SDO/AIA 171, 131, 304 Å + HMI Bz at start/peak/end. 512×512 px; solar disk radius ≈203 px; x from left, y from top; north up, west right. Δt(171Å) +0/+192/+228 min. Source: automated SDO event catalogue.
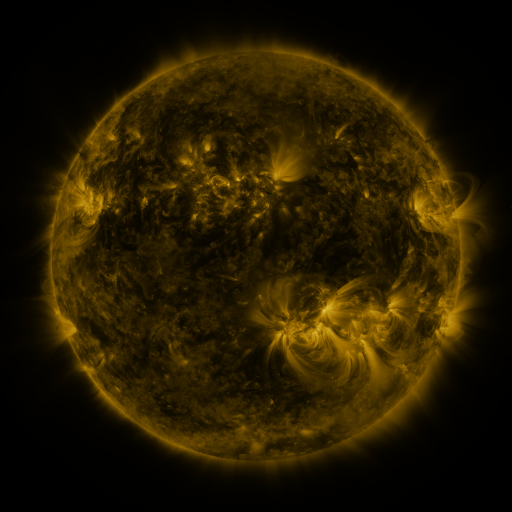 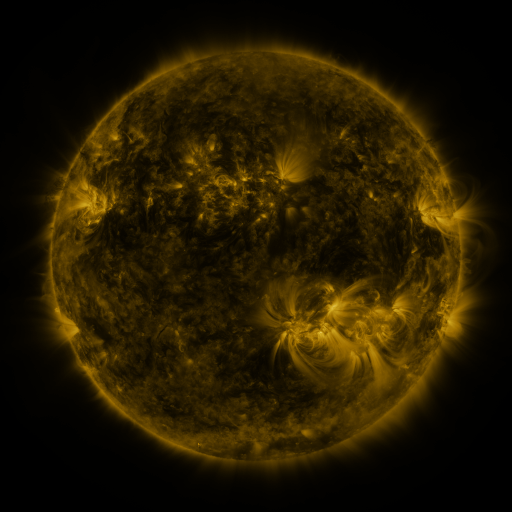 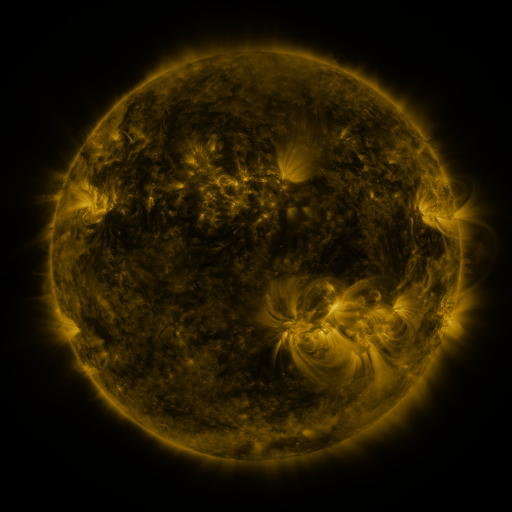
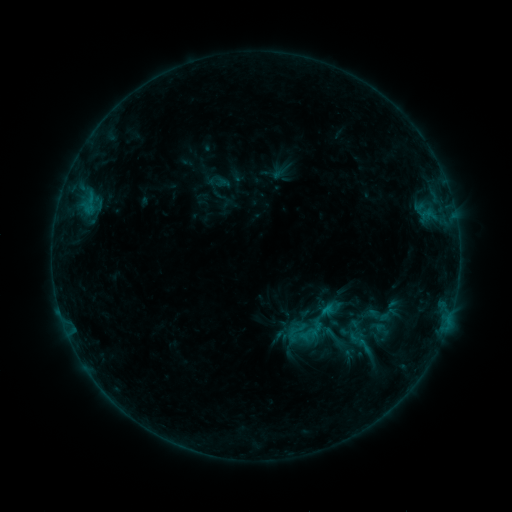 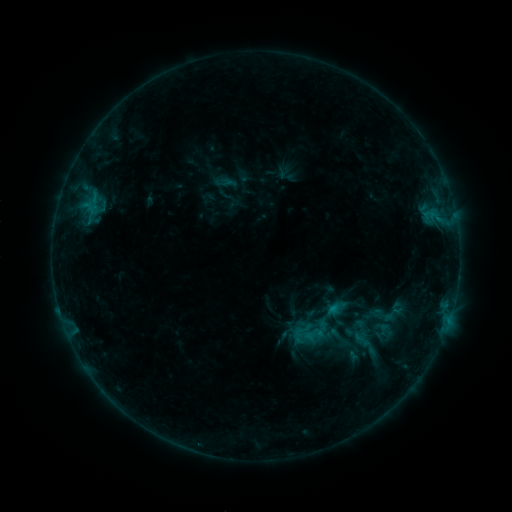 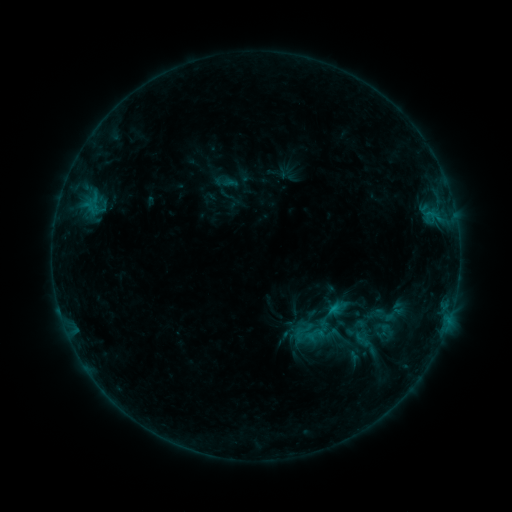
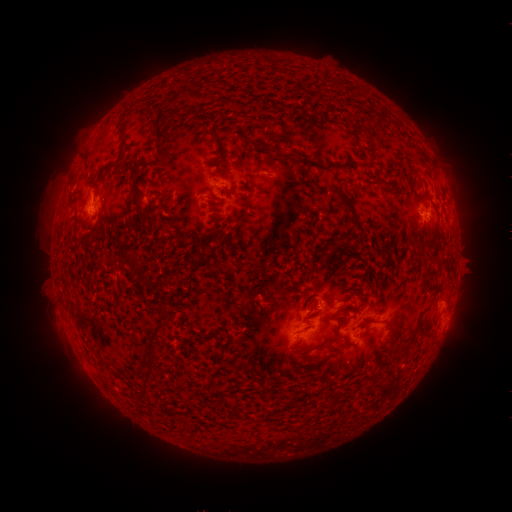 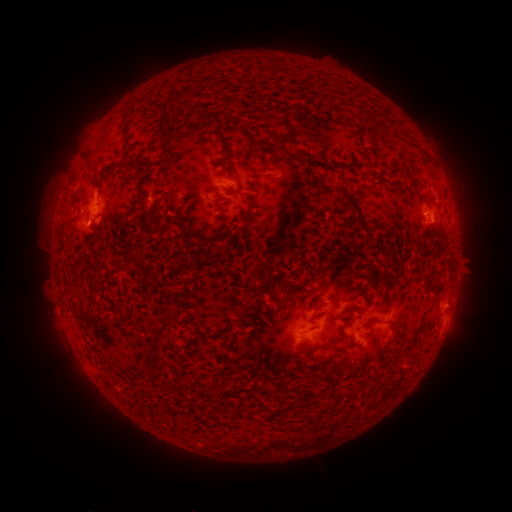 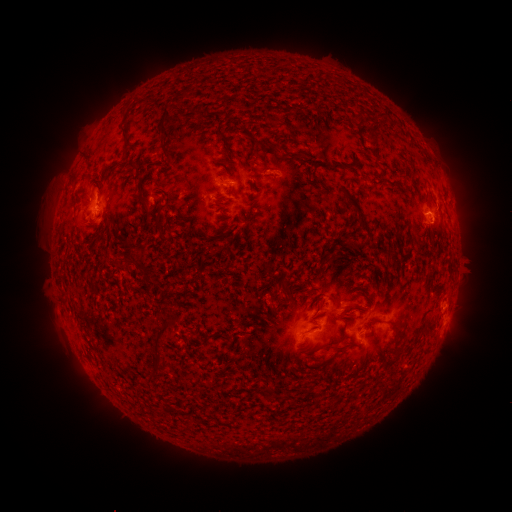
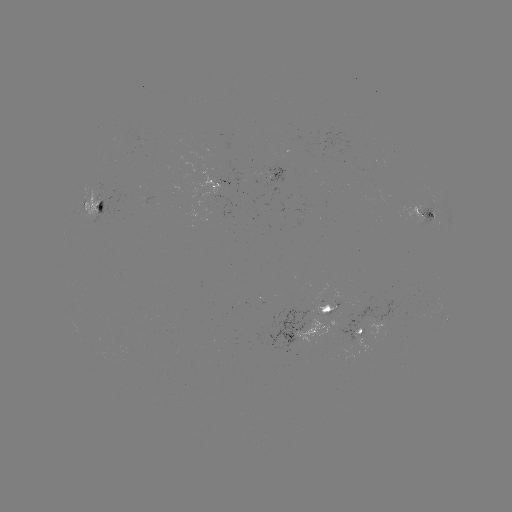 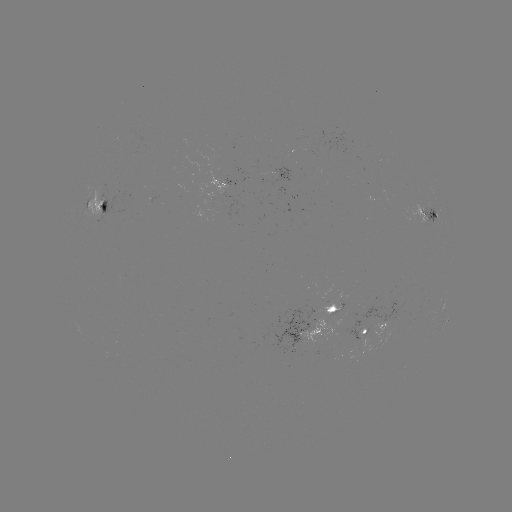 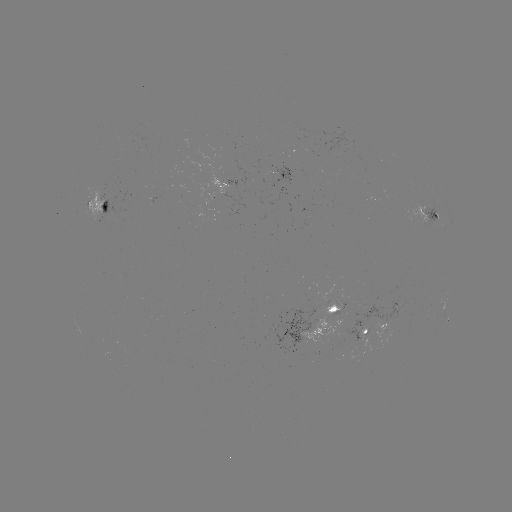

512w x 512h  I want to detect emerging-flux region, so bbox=[84, 189, 101, 224].